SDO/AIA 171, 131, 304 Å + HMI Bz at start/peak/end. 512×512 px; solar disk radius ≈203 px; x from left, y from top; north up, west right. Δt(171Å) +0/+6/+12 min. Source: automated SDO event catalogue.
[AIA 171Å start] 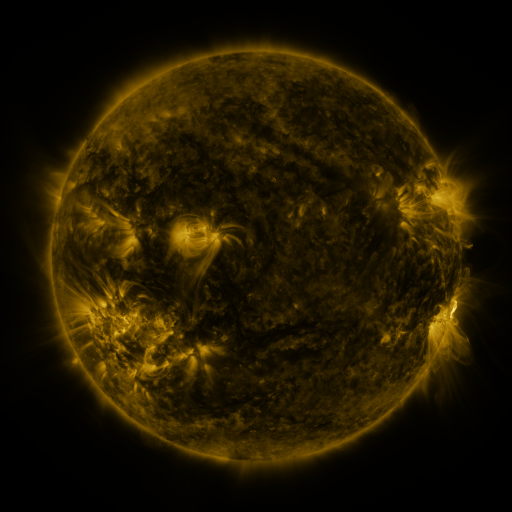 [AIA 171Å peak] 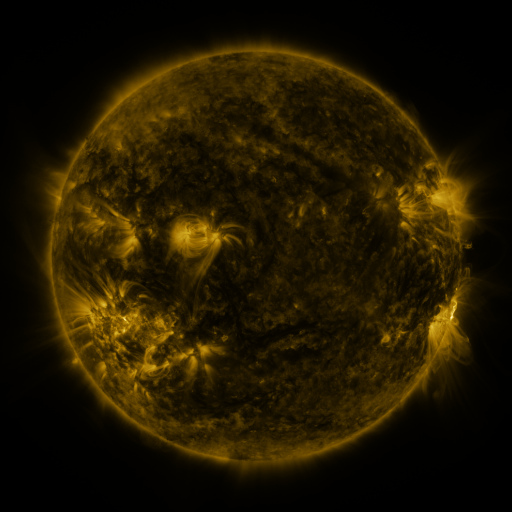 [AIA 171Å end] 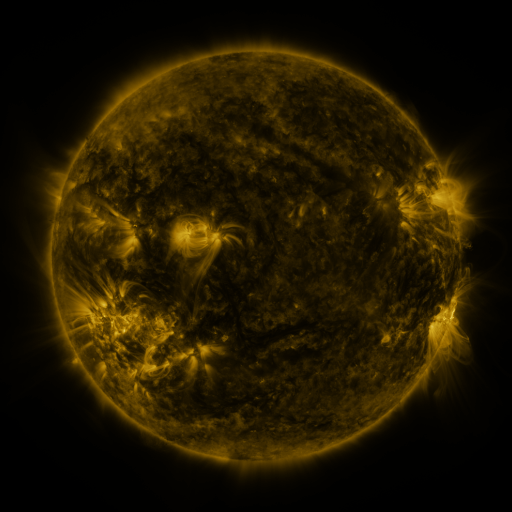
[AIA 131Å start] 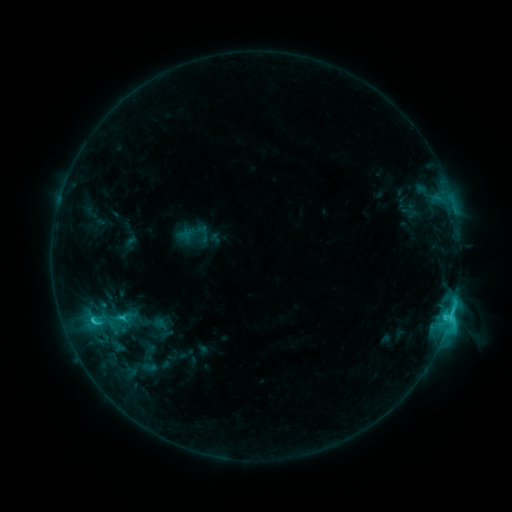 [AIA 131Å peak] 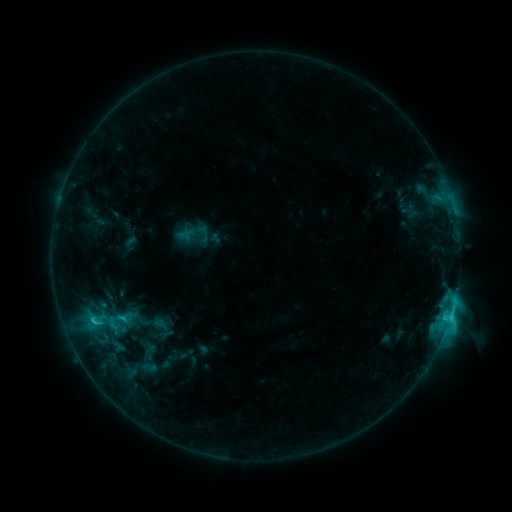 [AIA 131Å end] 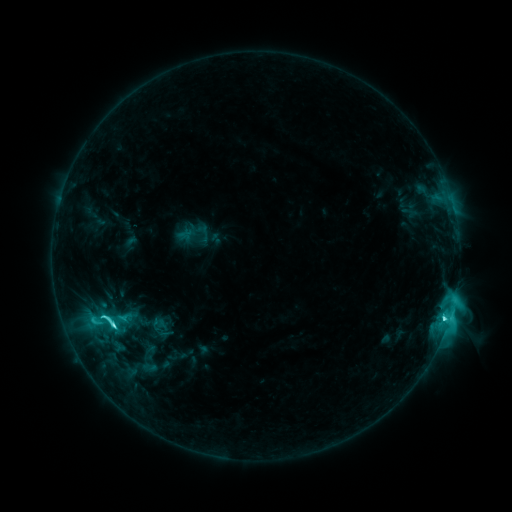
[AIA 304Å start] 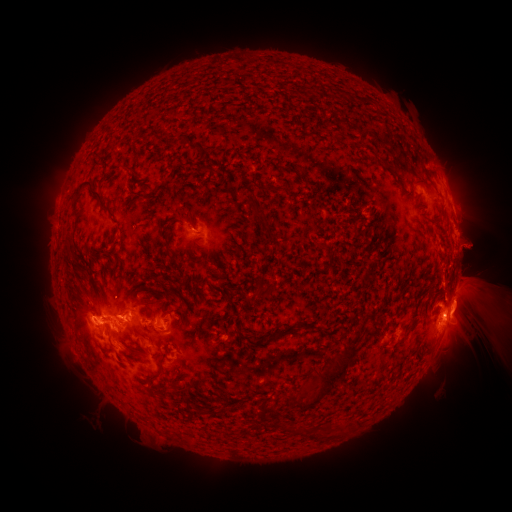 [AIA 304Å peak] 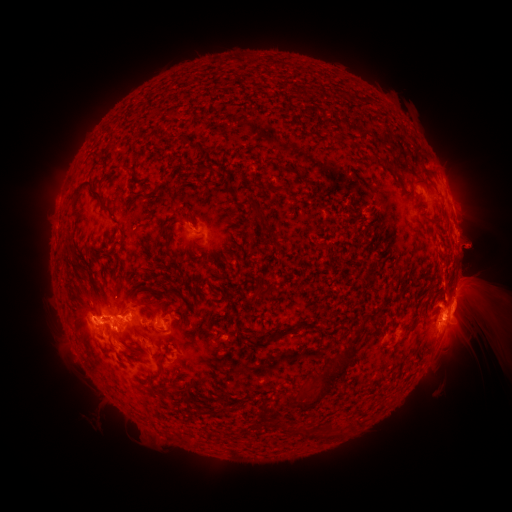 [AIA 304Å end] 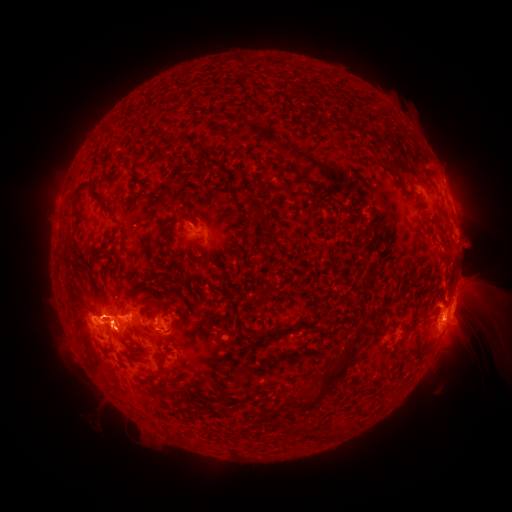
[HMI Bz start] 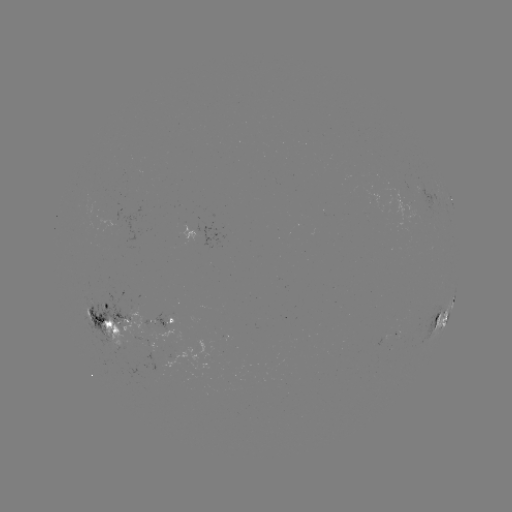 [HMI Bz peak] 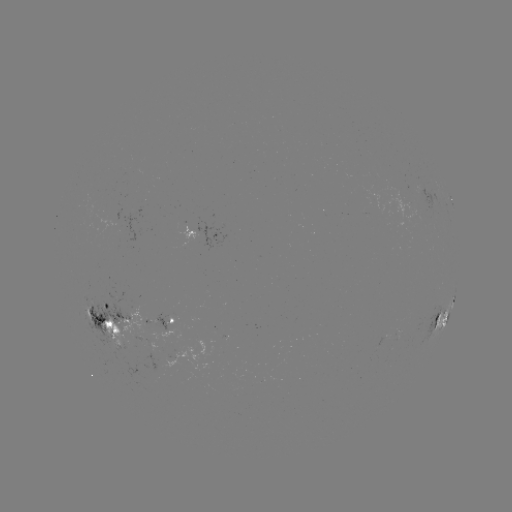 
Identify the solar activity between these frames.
eruption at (471, 317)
